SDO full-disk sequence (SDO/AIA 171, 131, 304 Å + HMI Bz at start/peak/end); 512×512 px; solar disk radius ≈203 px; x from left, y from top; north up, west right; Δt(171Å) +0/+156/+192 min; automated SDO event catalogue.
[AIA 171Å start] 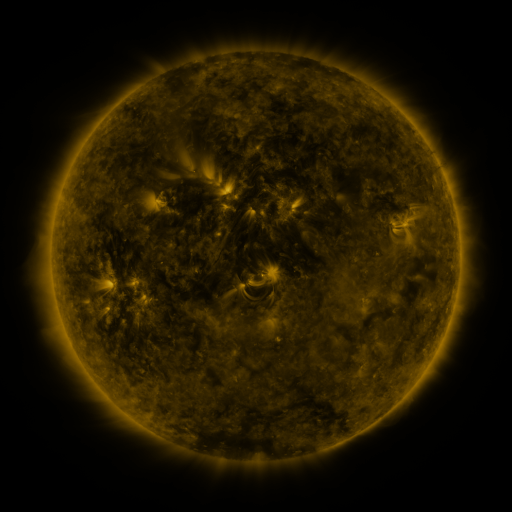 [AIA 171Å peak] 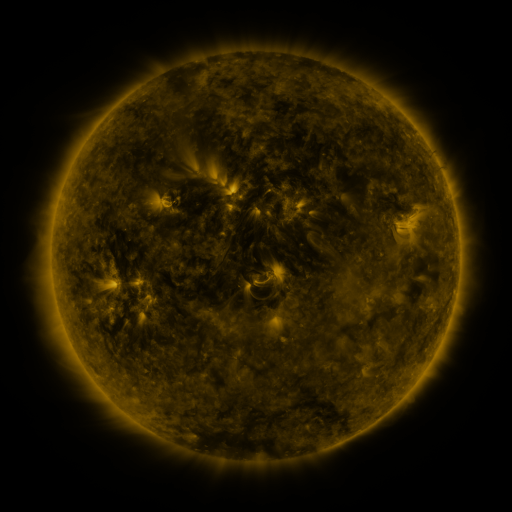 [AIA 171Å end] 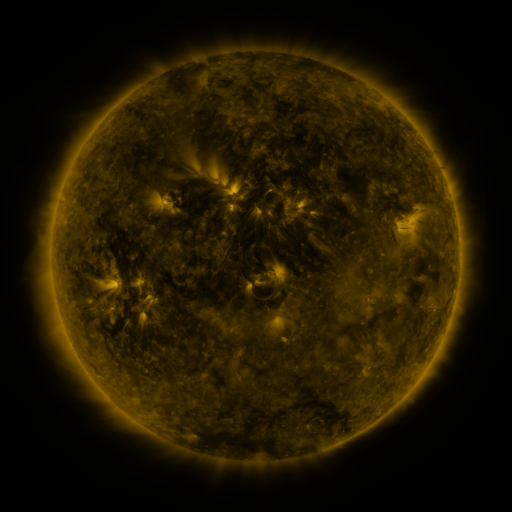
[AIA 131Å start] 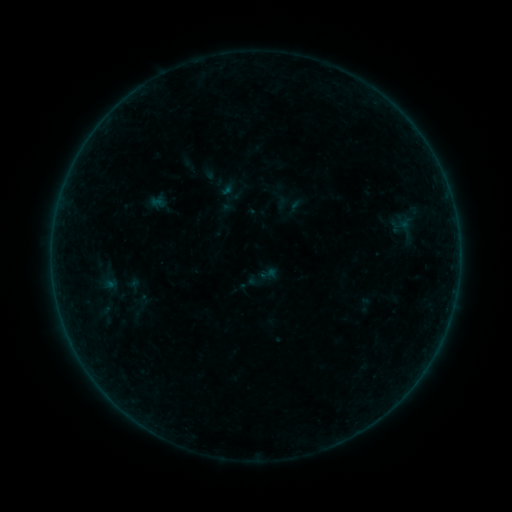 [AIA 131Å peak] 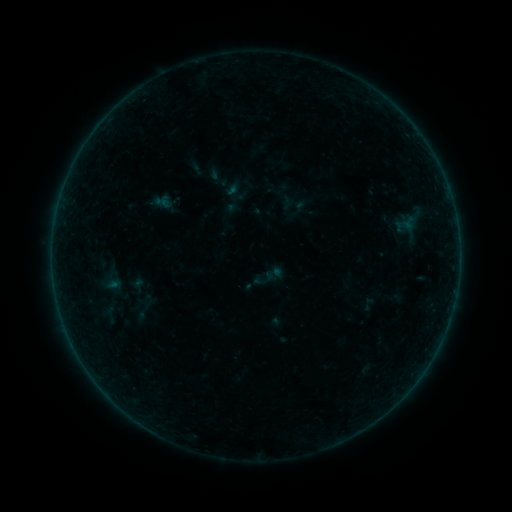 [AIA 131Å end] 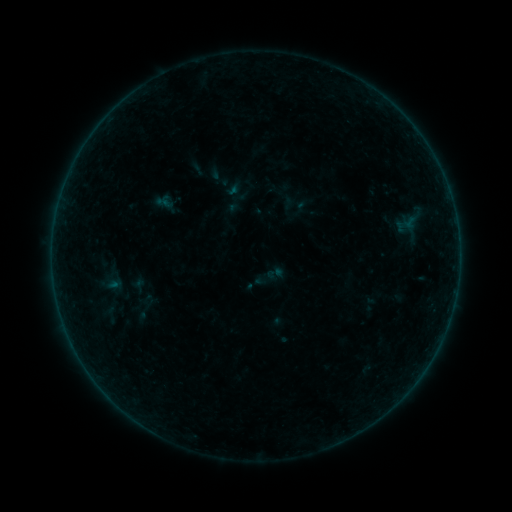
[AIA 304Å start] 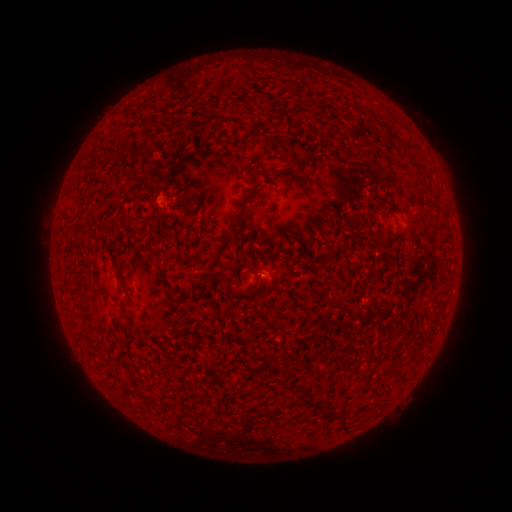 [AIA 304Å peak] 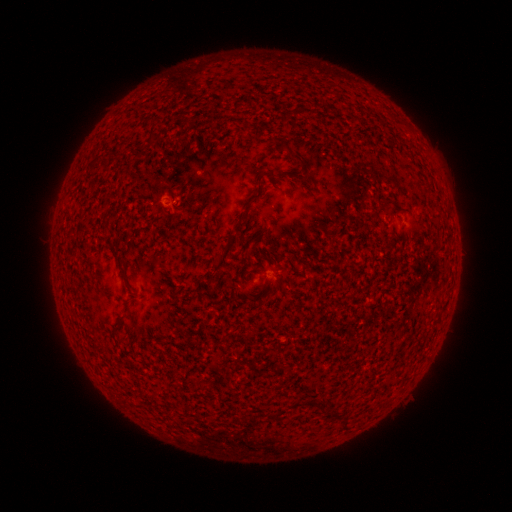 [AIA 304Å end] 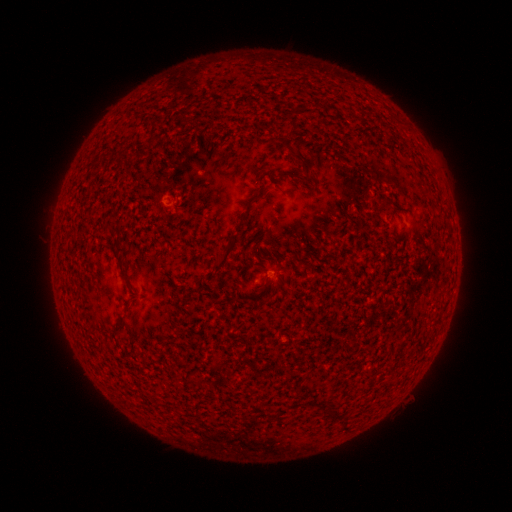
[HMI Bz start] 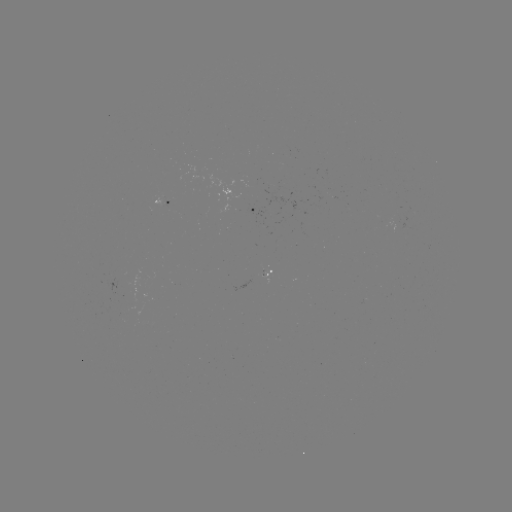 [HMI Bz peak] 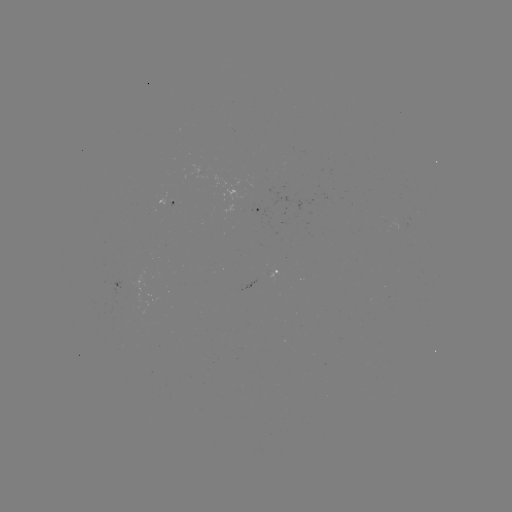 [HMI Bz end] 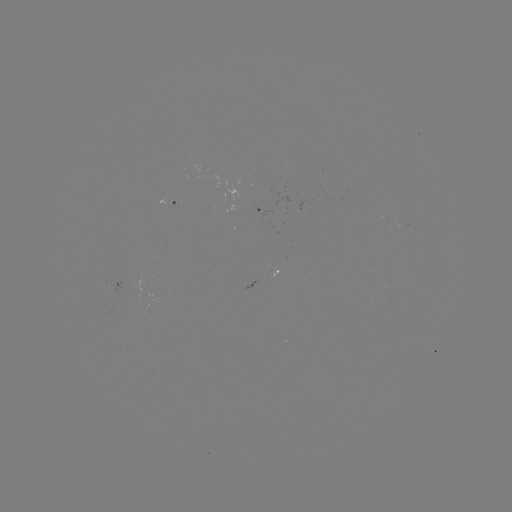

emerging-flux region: (266, 270, 277, 278)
